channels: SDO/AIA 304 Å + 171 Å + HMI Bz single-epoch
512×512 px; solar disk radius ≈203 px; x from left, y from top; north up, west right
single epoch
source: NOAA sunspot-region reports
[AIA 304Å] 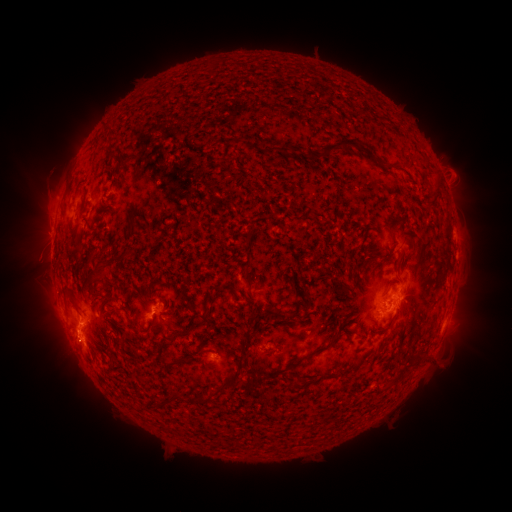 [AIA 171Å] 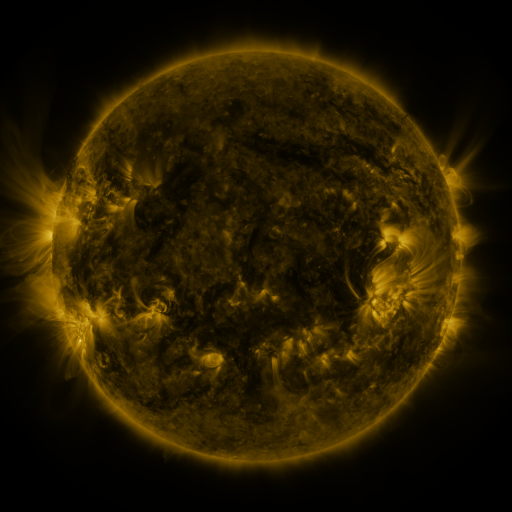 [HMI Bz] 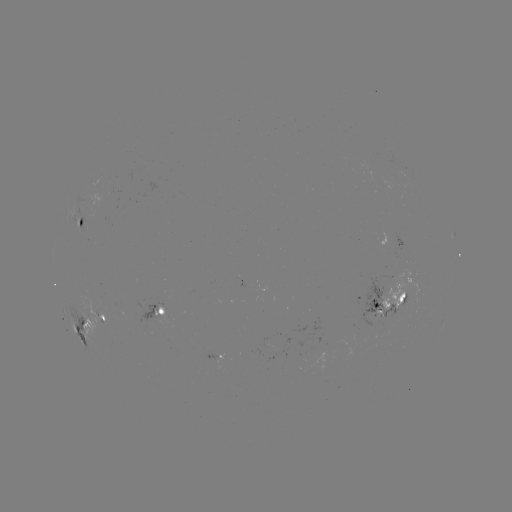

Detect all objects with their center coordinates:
spotted active region: (82, 222)
spotted active region: (389, 303)
spotted active region: (162, 308)
spotted active region: (100, 315)
spotted active region: (81, 323)
spotted active region: (221, 355)
